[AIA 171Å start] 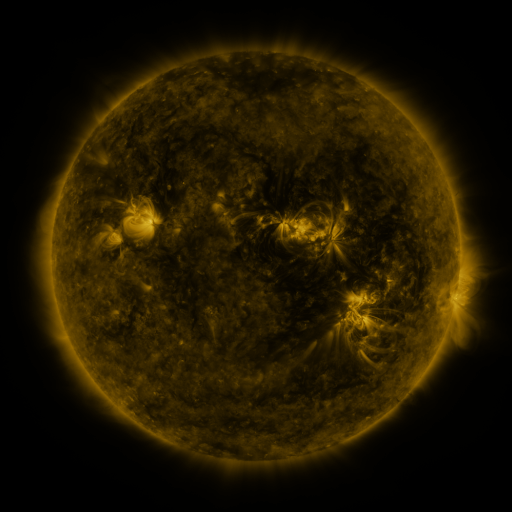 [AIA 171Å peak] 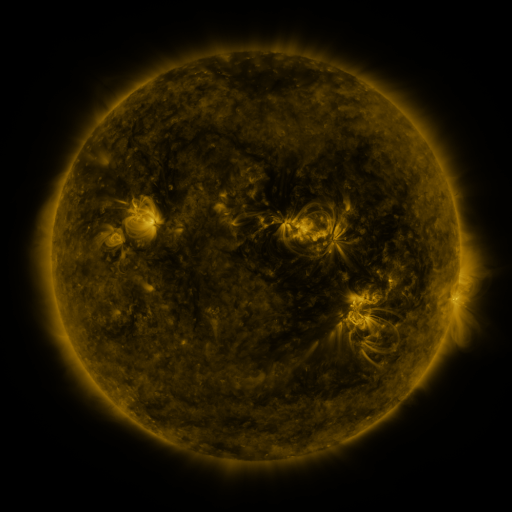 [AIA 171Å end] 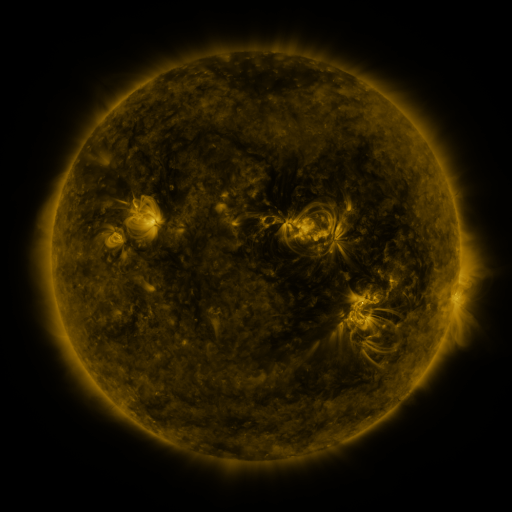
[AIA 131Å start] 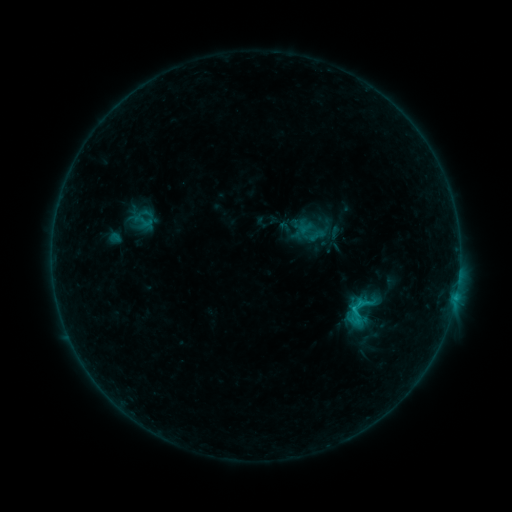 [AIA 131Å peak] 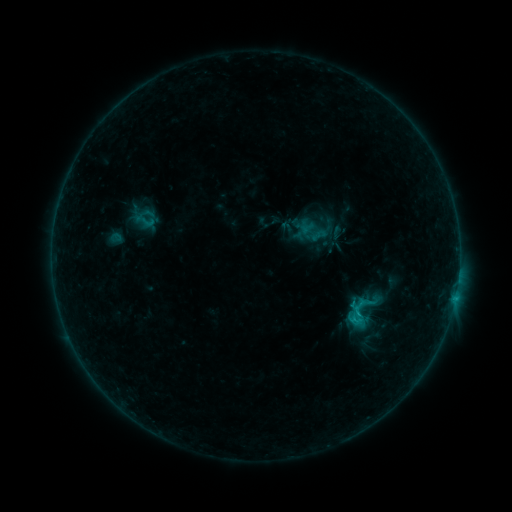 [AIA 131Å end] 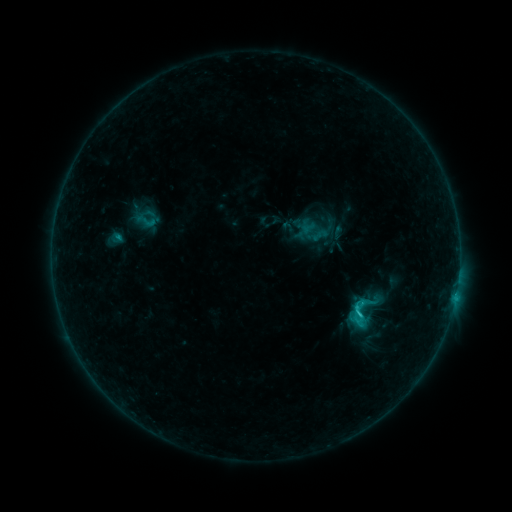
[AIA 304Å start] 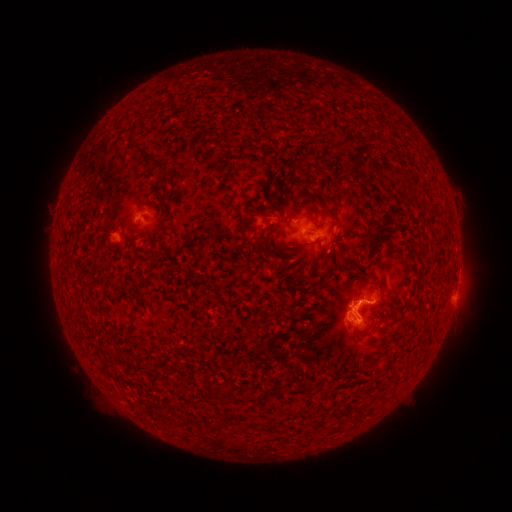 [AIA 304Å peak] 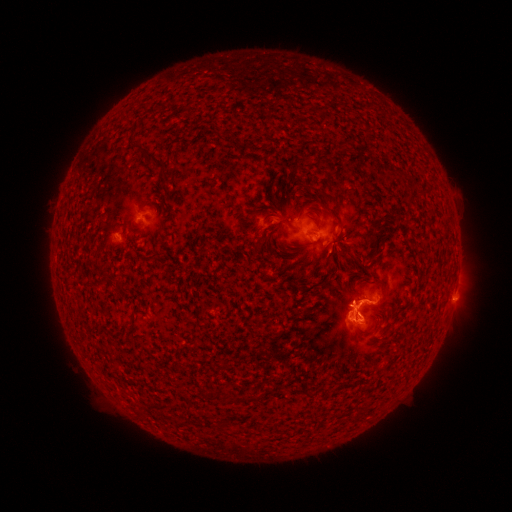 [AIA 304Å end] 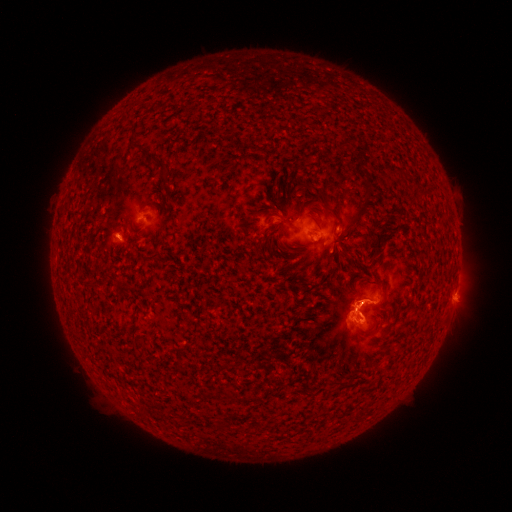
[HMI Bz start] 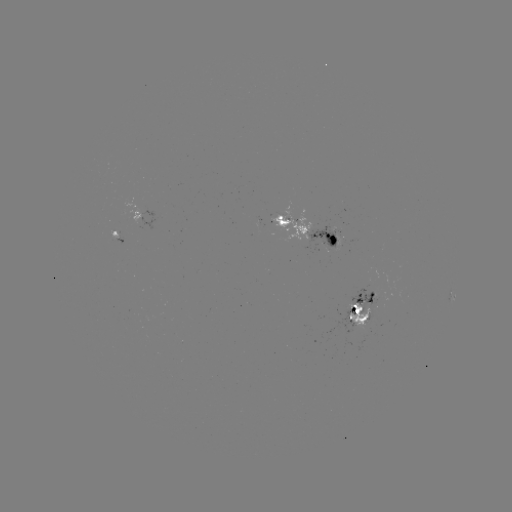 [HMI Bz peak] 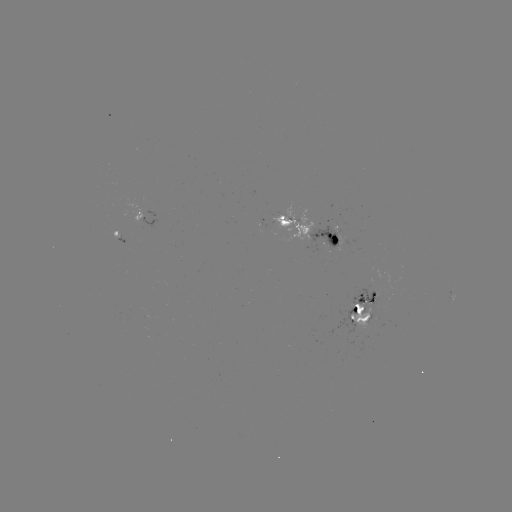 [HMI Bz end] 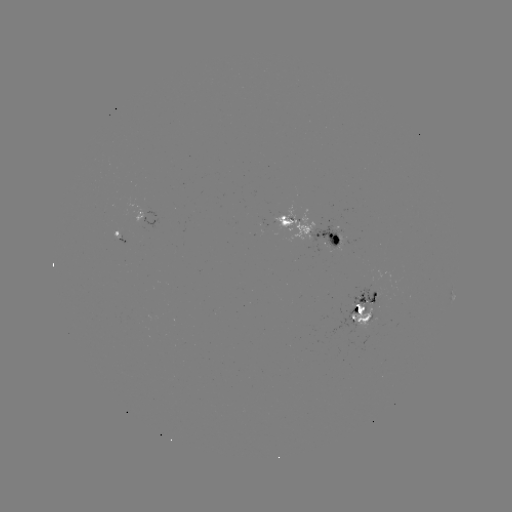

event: emerging-flux region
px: (115, 232)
